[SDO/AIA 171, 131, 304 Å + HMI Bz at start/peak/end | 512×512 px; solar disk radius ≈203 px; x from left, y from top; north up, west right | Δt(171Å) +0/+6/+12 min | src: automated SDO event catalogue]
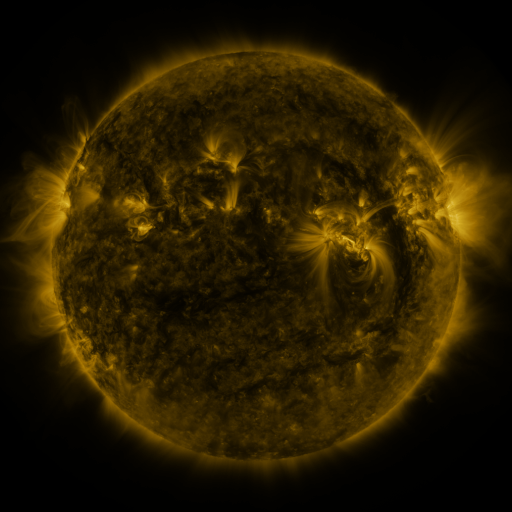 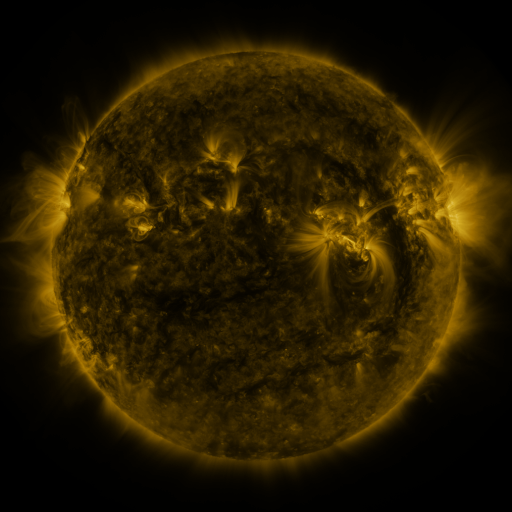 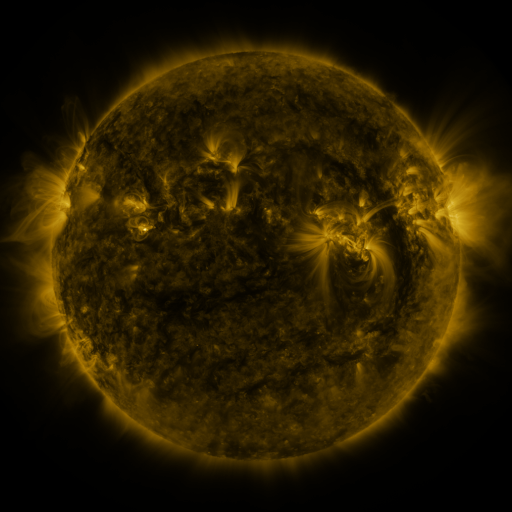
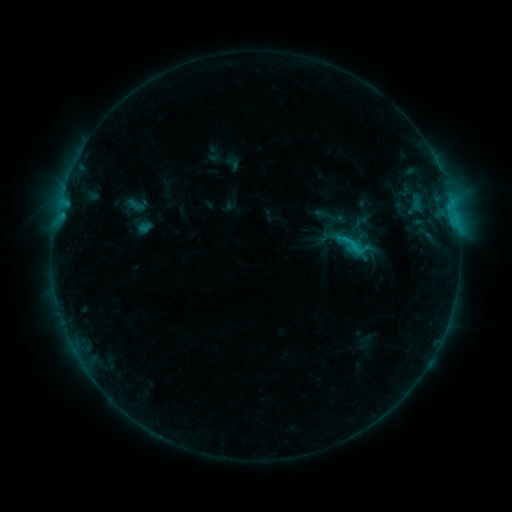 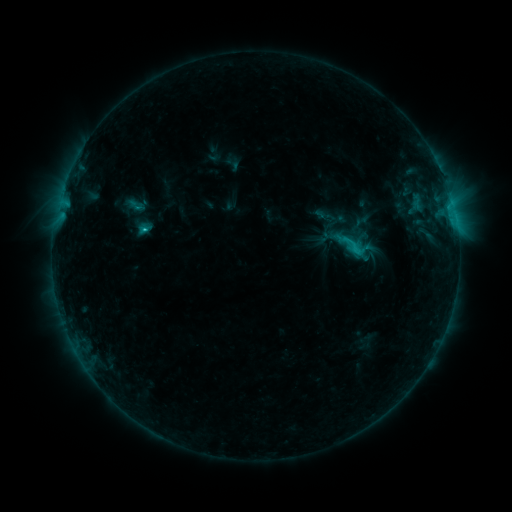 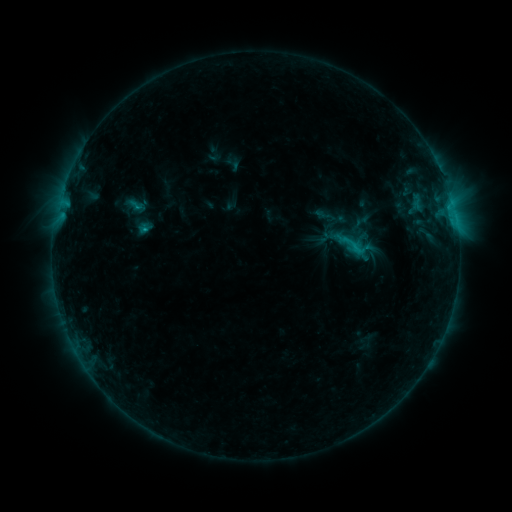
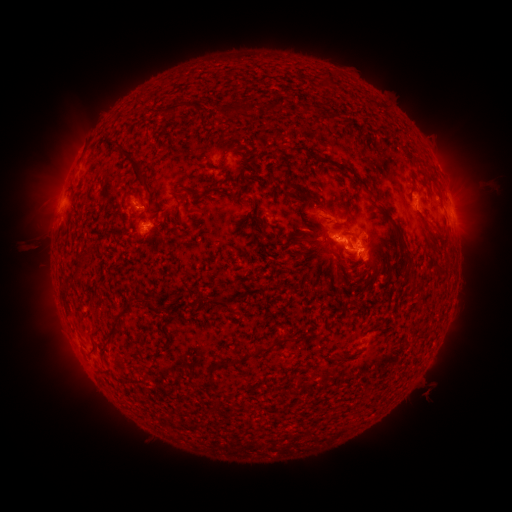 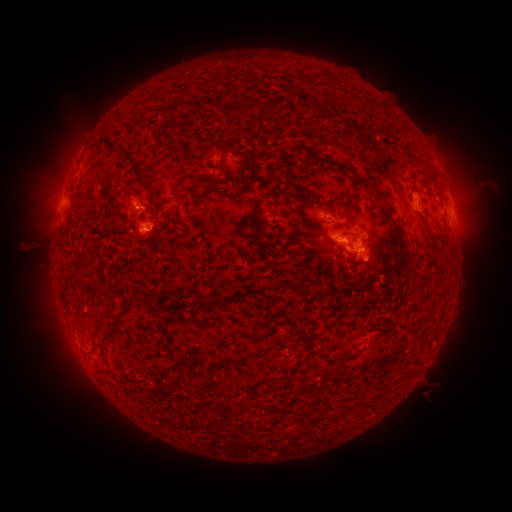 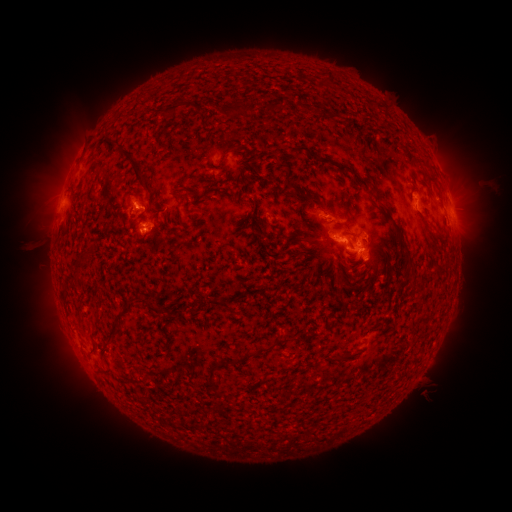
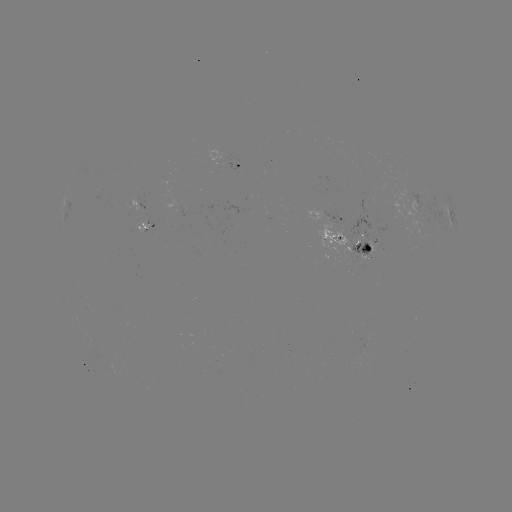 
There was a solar flare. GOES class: C2.1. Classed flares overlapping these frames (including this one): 1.